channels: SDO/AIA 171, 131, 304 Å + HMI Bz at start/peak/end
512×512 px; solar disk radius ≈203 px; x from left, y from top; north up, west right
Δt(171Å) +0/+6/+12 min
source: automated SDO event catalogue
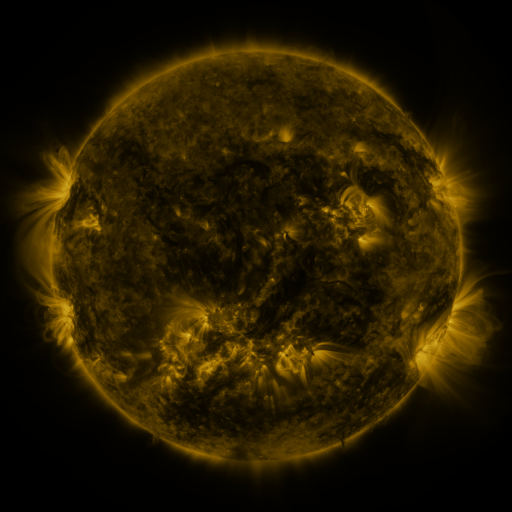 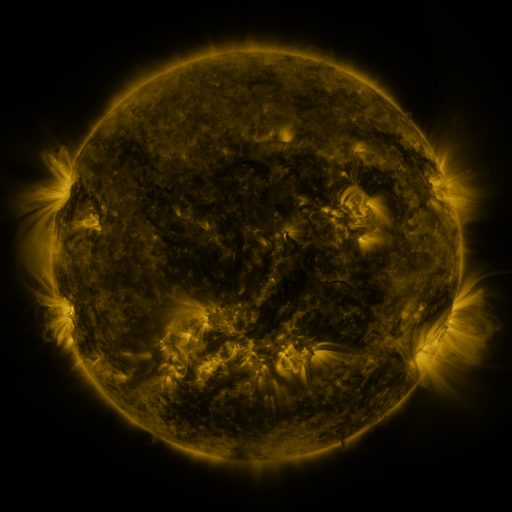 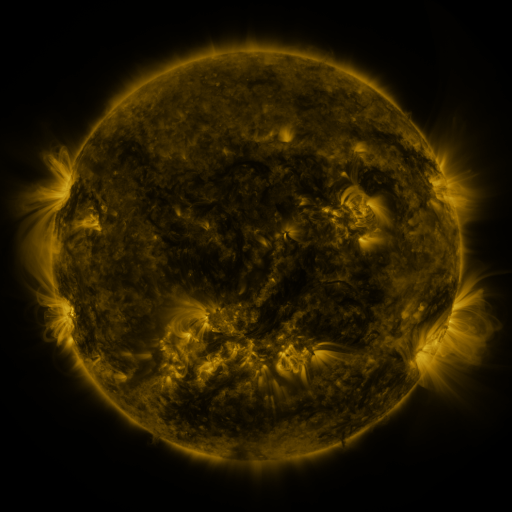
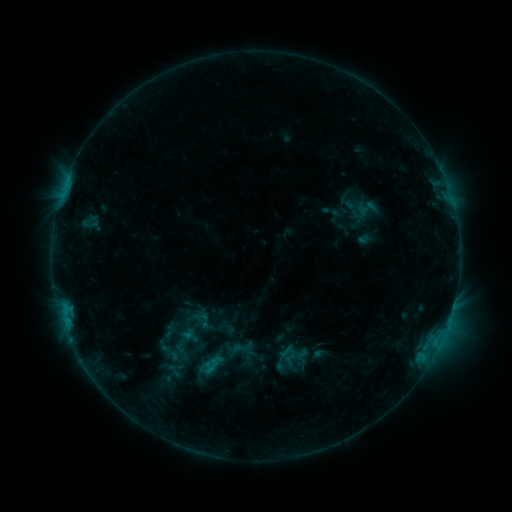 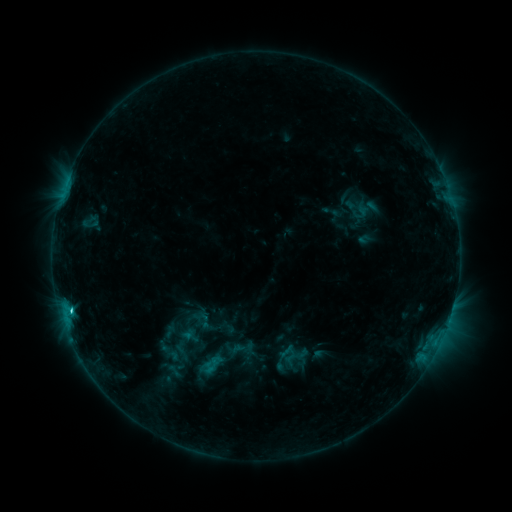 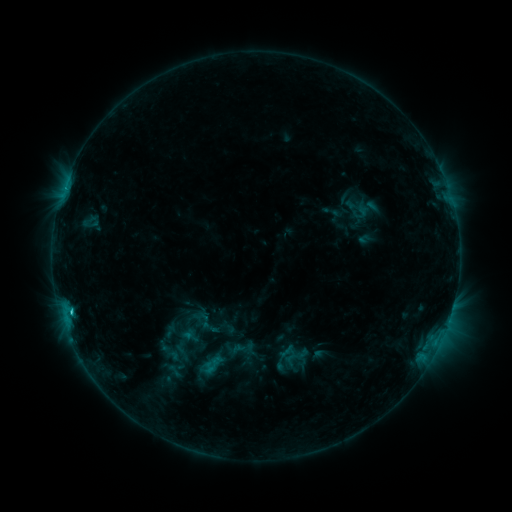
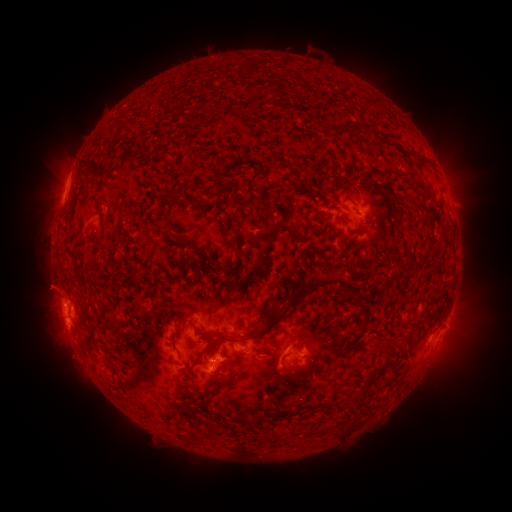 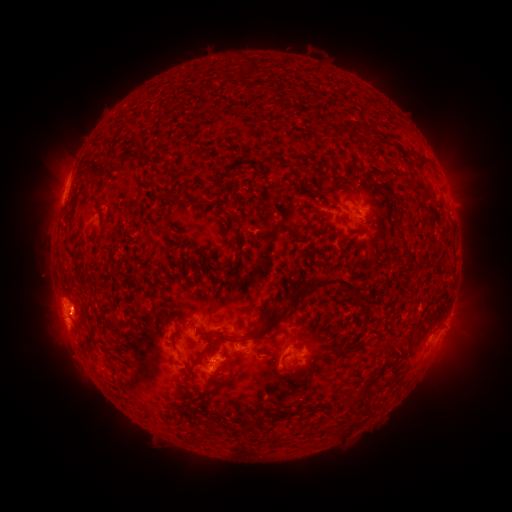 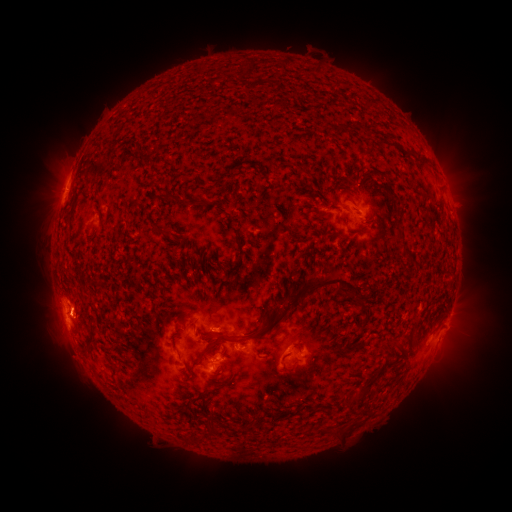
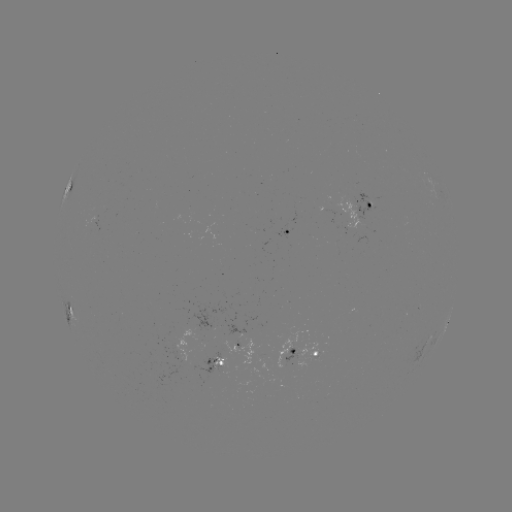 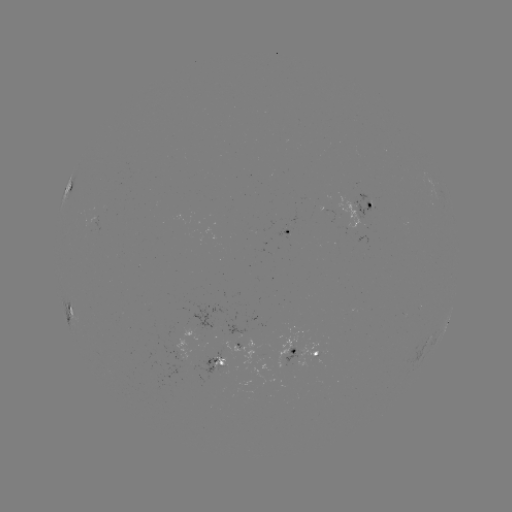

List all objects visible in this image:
C1.5 flare: (372, 210)
